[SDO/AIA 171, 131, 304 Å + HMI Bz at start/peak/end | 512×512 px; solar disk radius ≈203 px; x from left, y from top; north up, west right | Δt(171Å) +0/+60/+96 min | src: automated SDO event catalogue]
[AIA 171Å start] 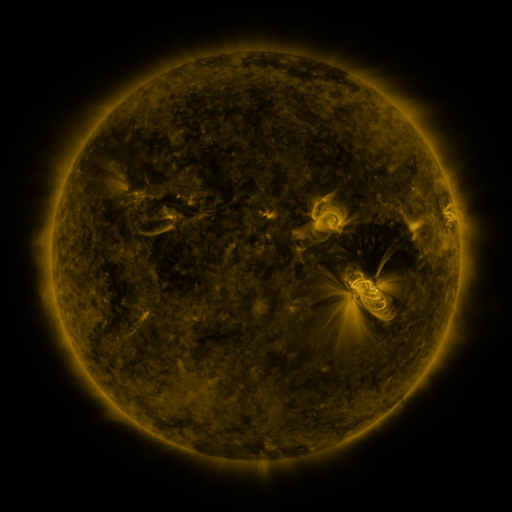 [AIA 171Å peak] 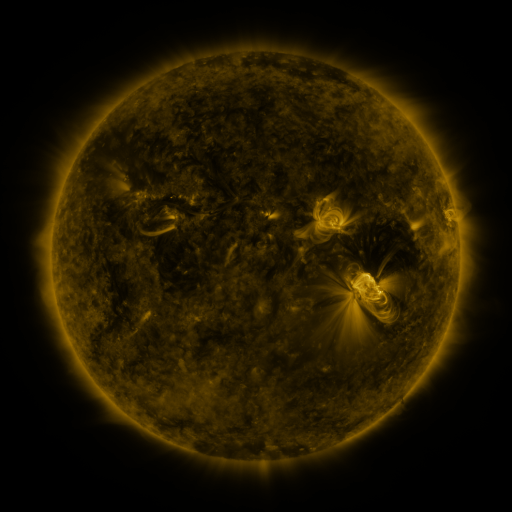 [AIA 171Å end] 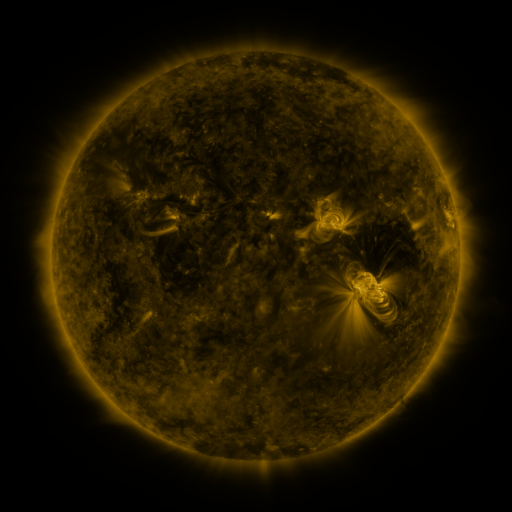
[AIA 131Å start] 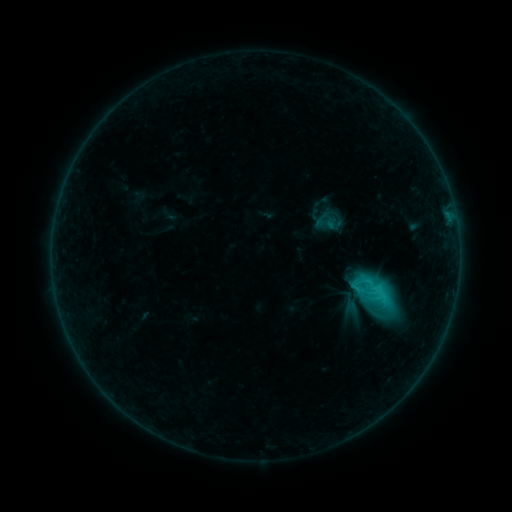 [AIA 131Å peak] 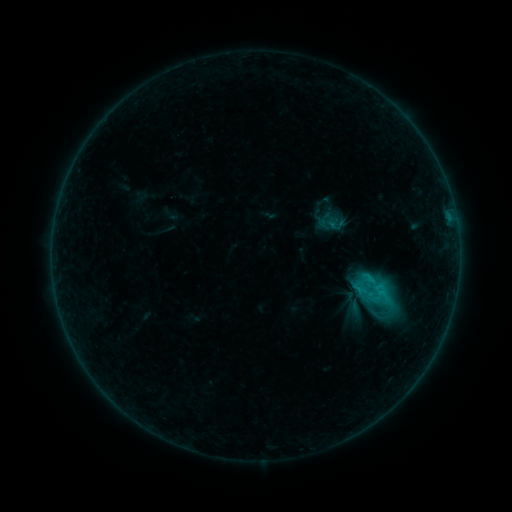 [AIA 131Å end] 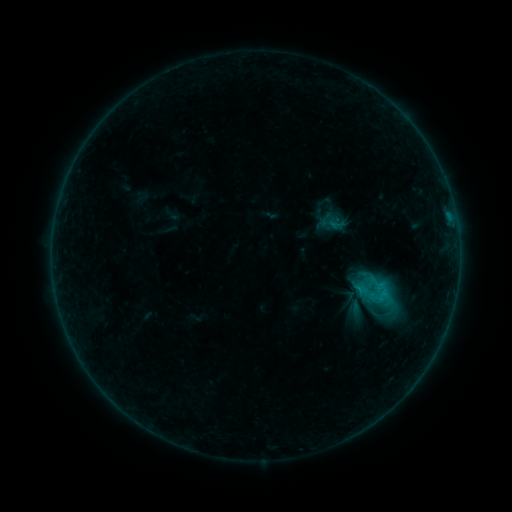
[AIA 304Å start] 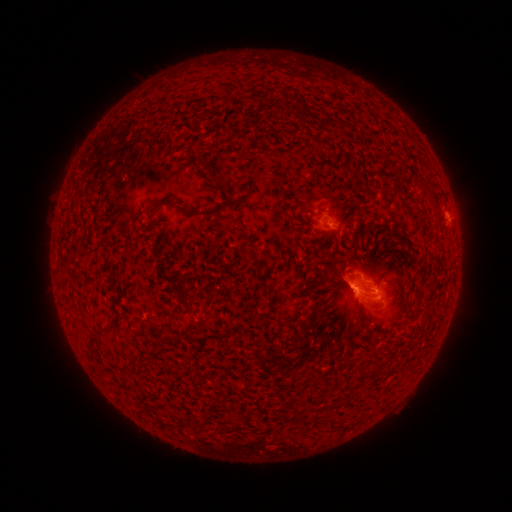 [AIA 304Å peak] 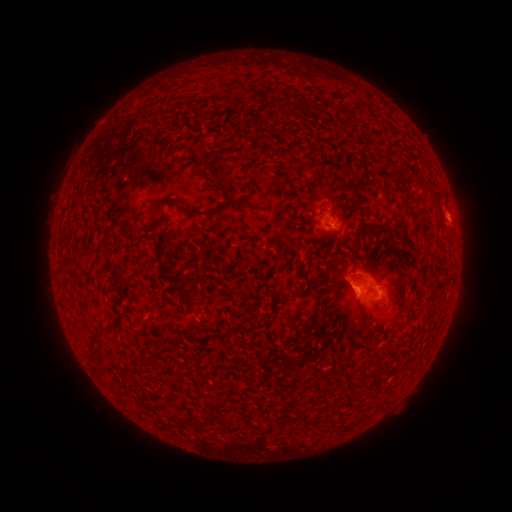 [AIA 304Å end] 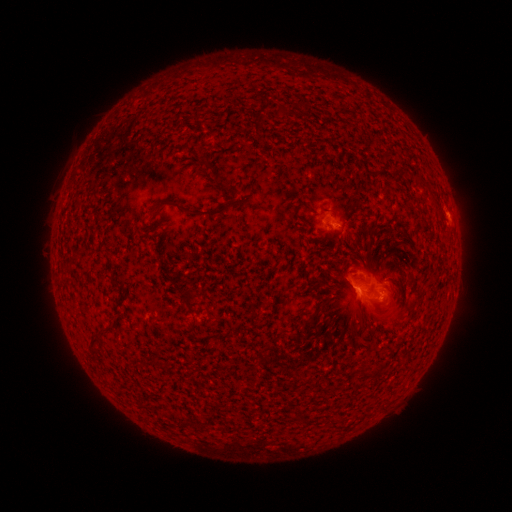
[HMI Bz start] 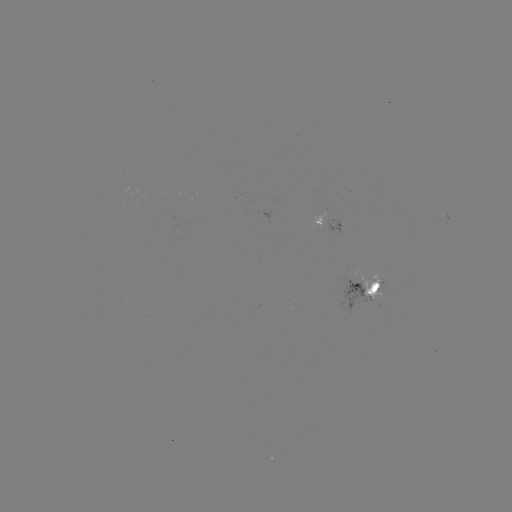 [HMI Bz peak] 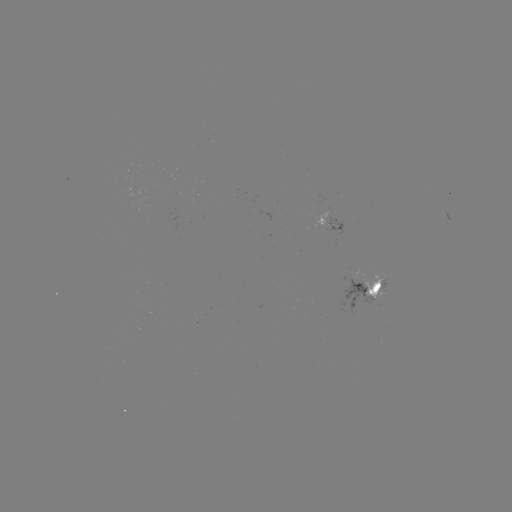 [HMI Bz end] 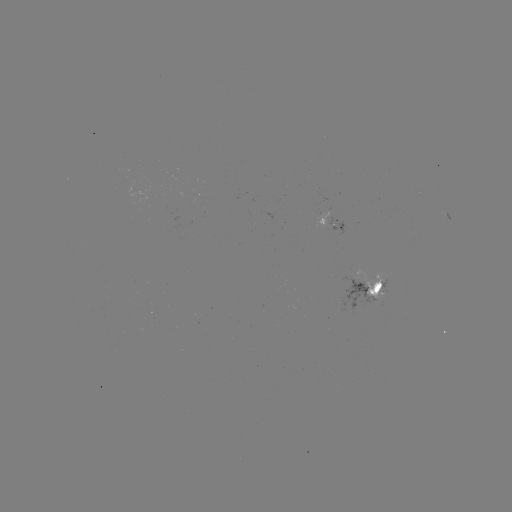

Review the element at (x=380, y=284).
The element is emerging-flux region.